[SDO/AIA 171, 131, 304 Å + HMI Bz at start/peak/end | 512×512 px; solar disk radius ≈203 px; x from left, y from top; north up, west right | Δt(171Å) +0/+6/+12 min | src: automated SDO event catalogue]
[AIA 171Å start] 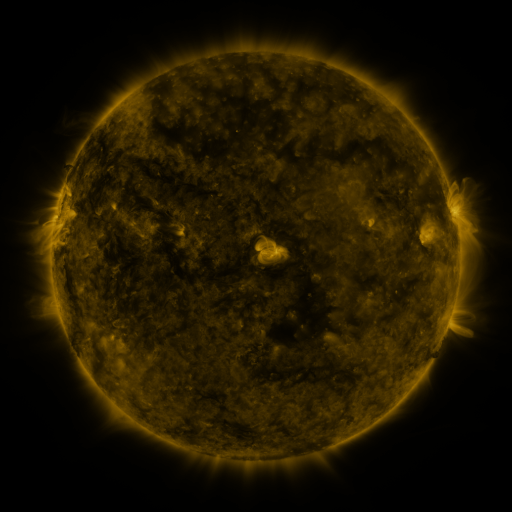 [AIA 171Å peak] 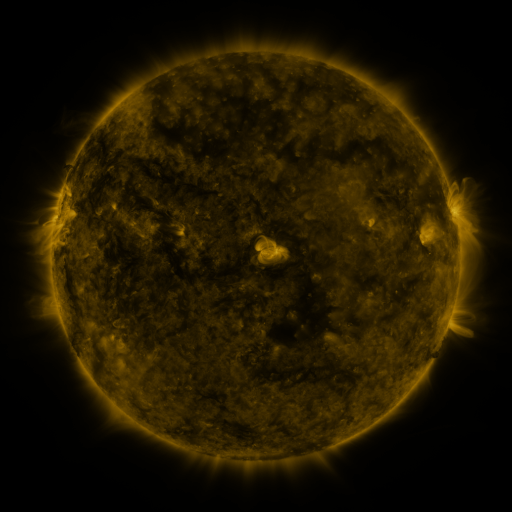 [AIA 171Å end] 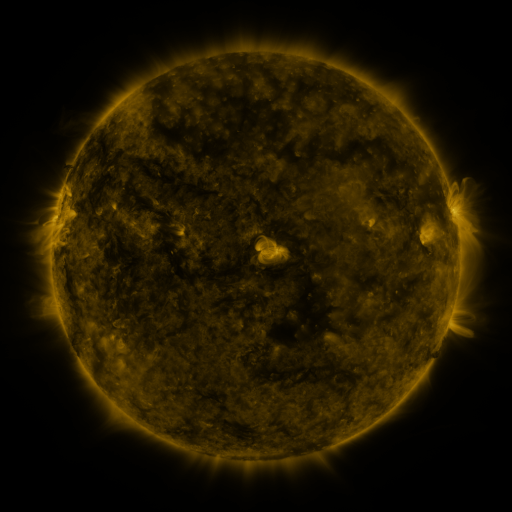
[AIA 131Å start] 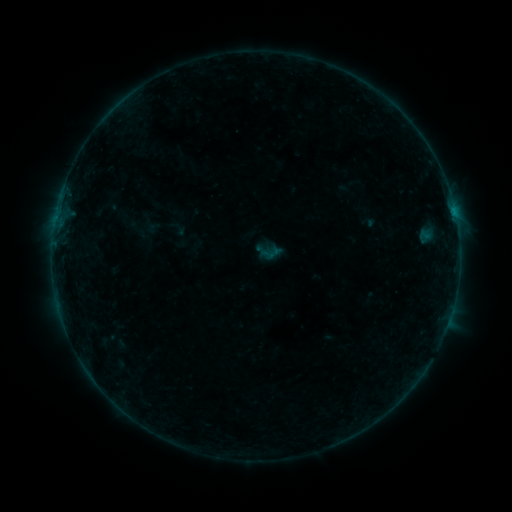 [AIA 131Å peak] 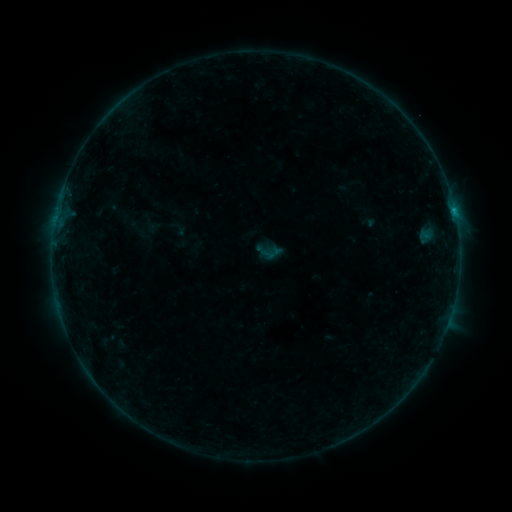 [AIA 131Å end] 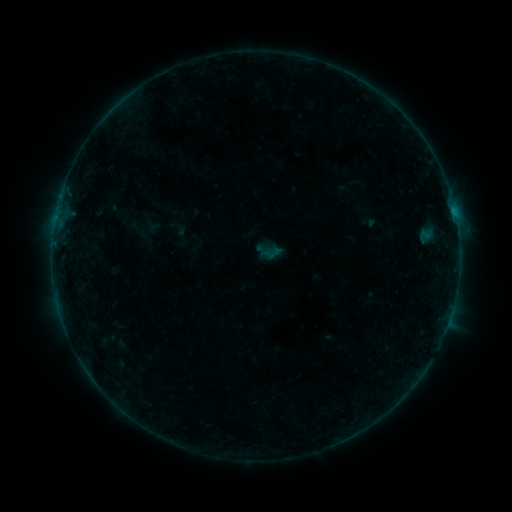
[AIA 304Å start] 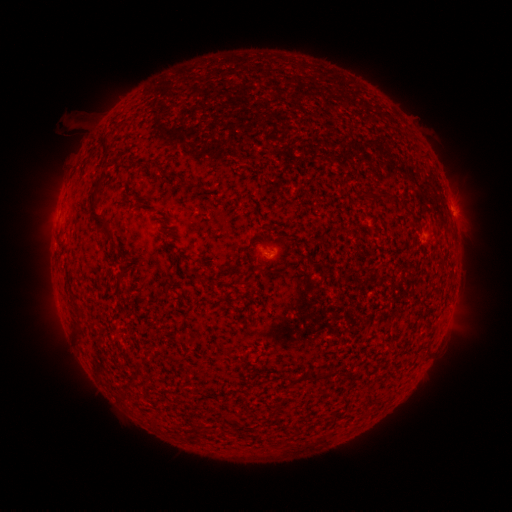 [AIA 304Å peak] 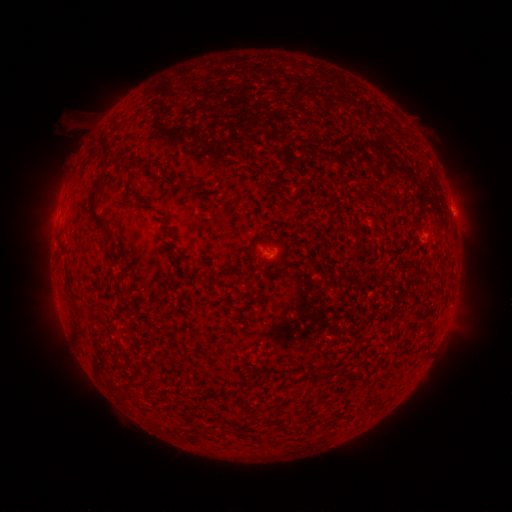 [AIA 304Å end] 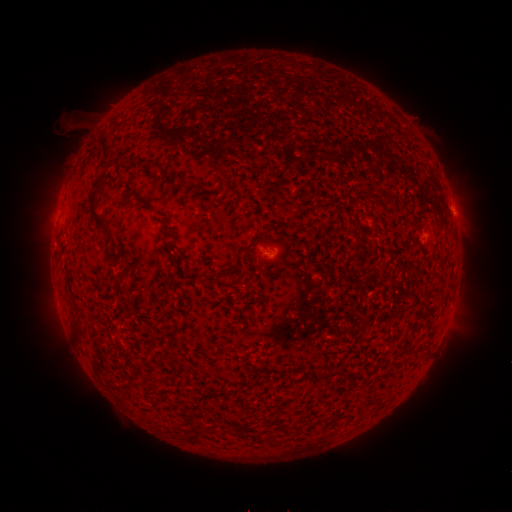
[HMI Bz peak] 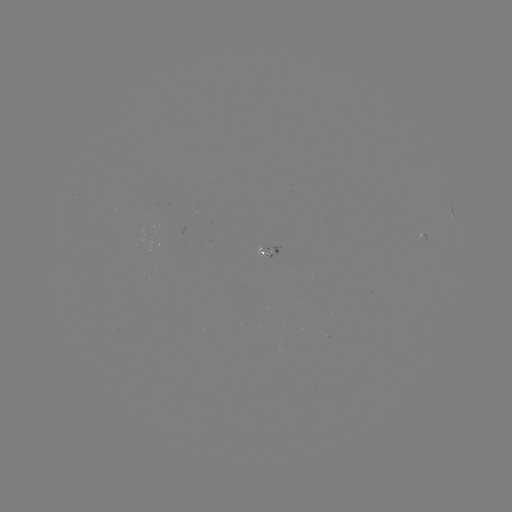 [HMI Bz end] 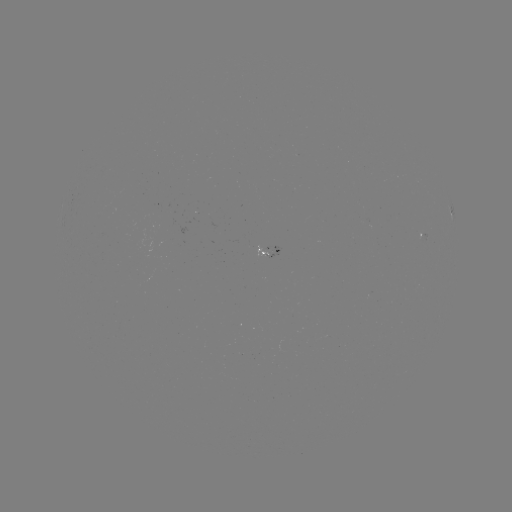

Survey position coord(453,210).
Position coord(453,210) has B2.0 flare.